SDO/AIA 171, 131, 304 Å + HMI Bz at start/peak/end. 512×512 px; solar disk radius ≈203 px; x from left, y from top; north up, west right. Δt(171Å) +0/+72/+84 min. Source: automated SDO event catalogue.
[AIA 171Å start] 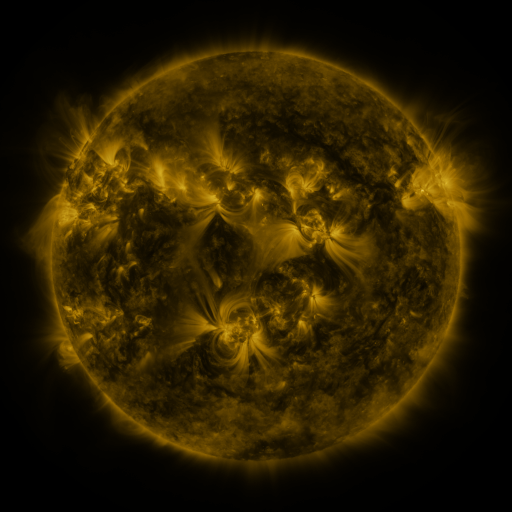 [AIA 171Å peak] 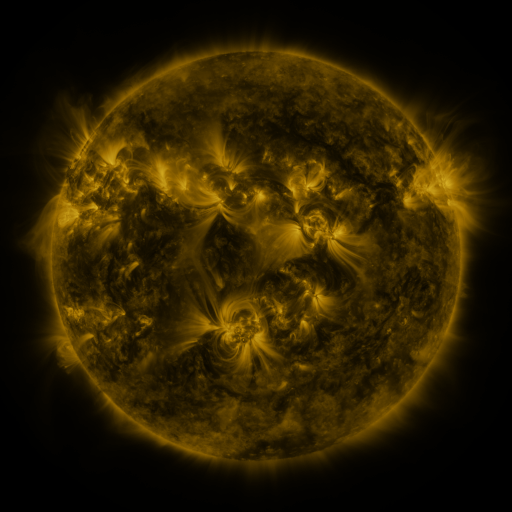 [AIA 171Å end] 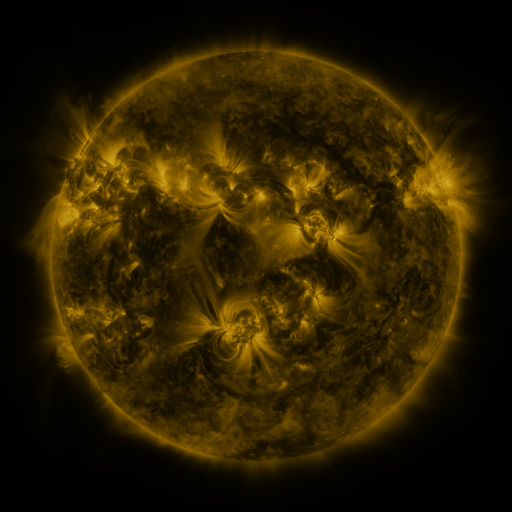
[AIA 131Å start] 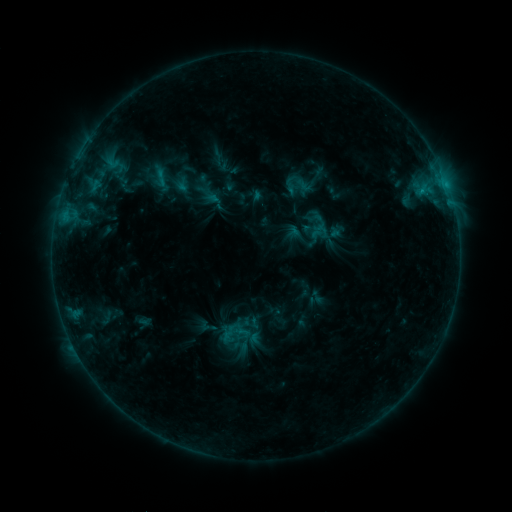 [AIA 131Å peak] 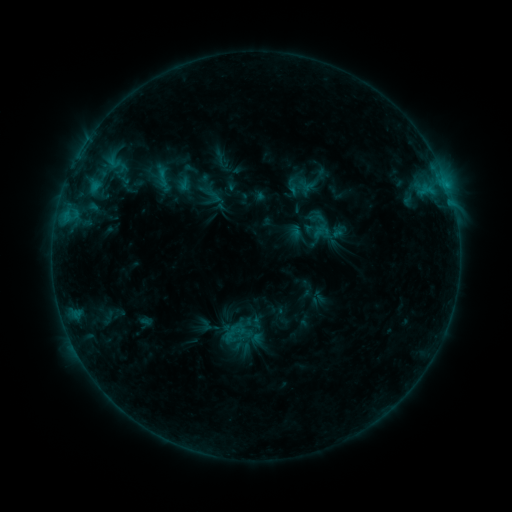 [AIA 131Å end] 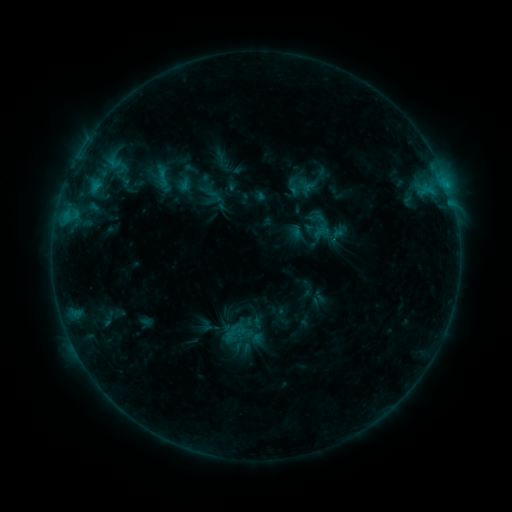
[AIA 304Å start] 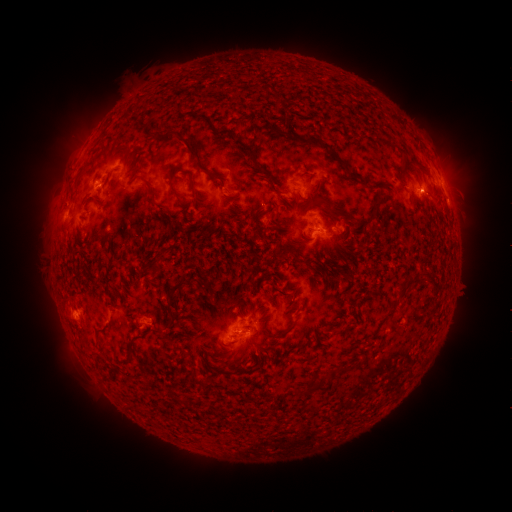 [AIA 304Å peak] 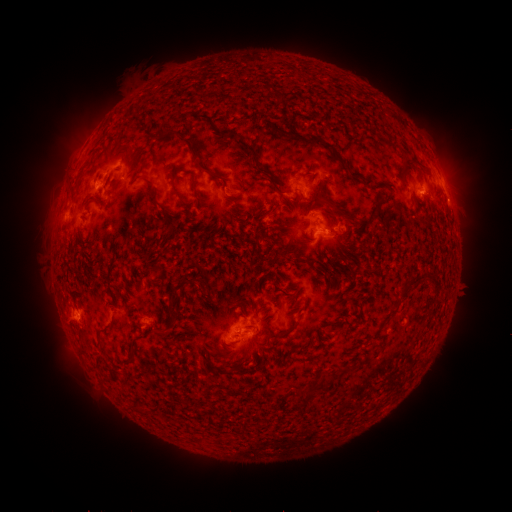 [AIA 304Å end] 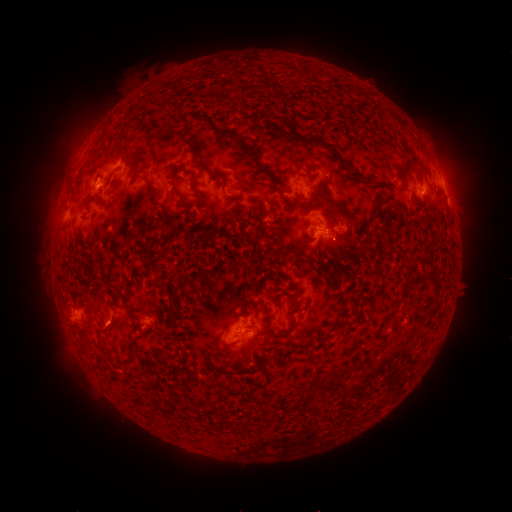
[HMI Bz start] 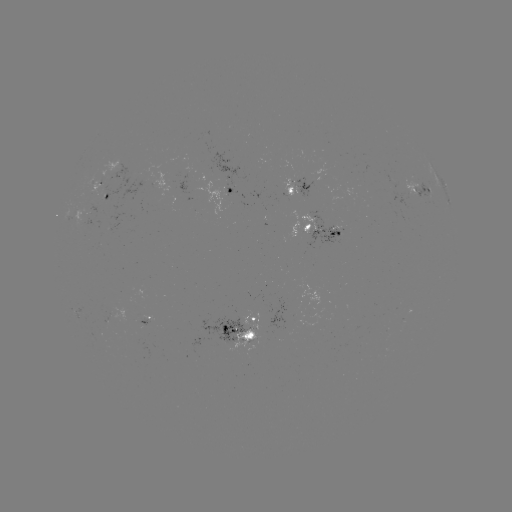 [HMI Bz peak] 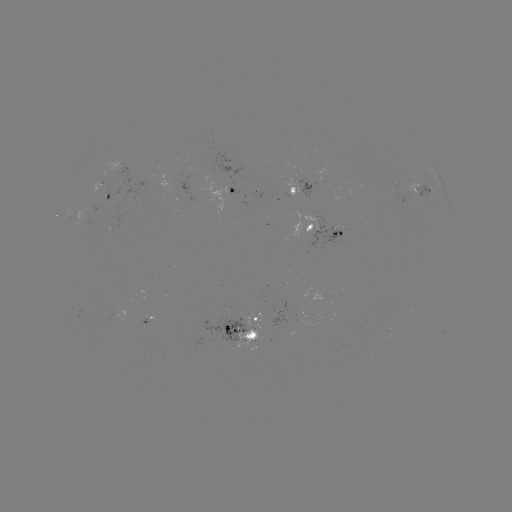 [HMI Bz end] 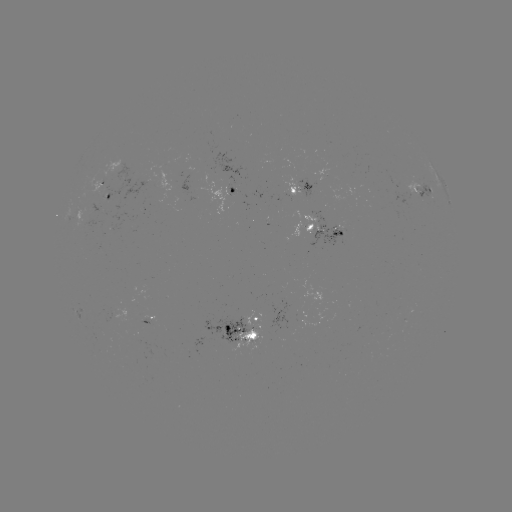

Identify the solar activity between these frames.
emerging-flux region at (335, 233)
